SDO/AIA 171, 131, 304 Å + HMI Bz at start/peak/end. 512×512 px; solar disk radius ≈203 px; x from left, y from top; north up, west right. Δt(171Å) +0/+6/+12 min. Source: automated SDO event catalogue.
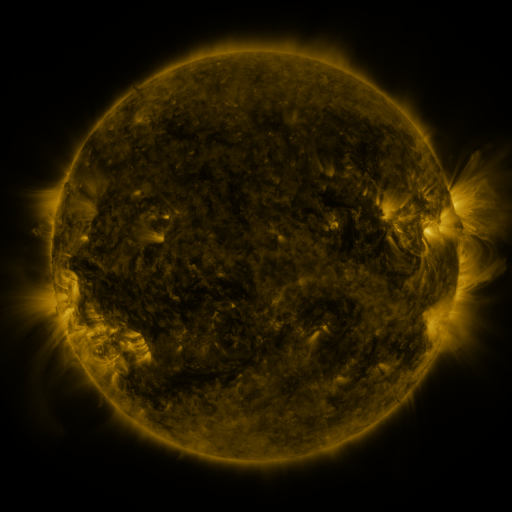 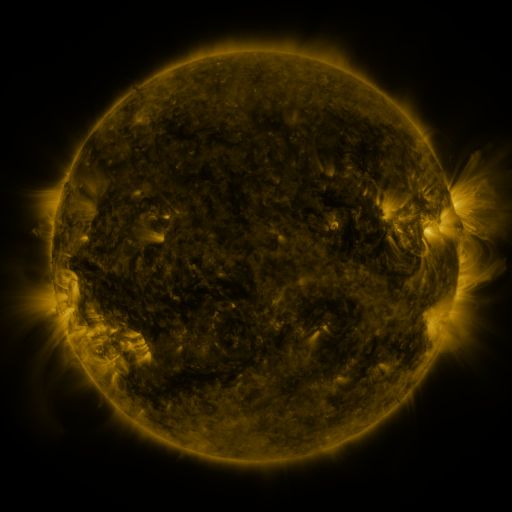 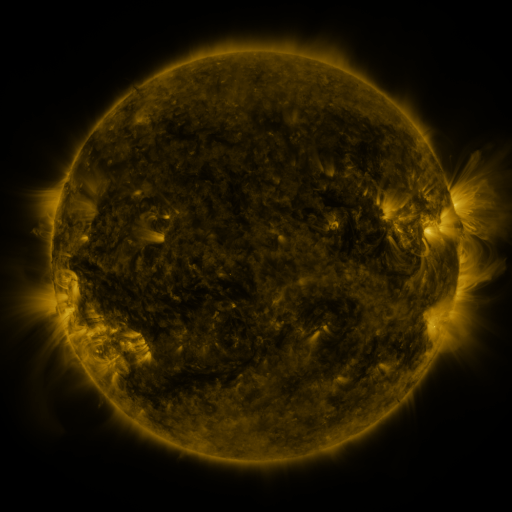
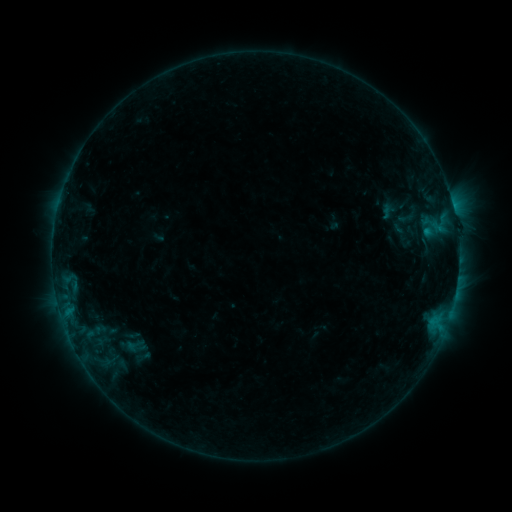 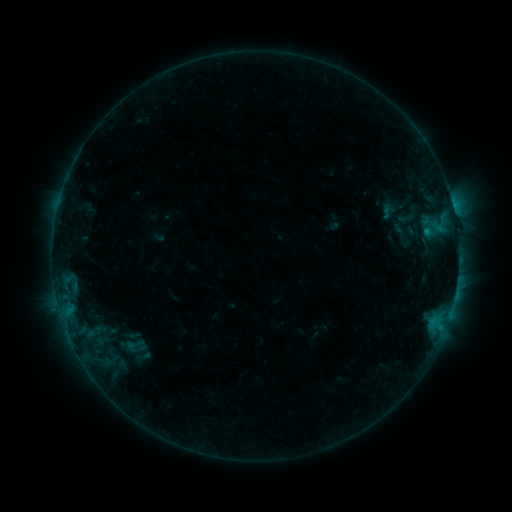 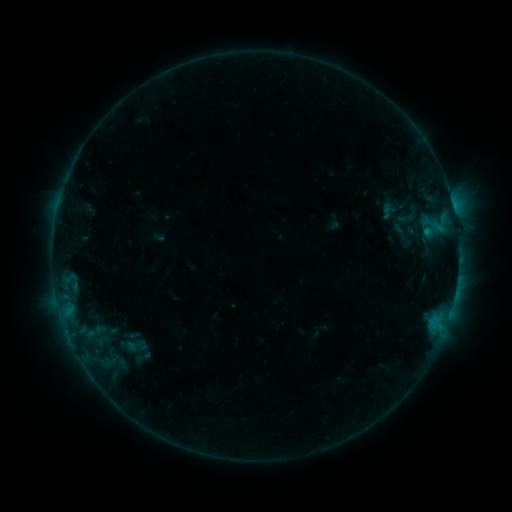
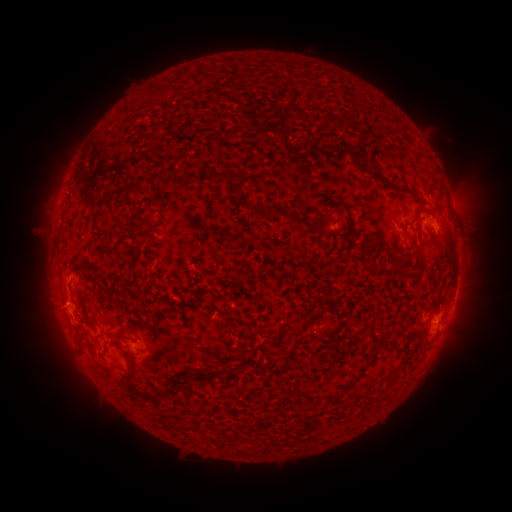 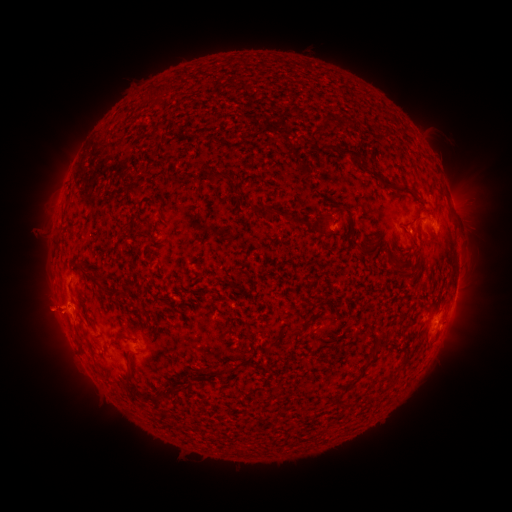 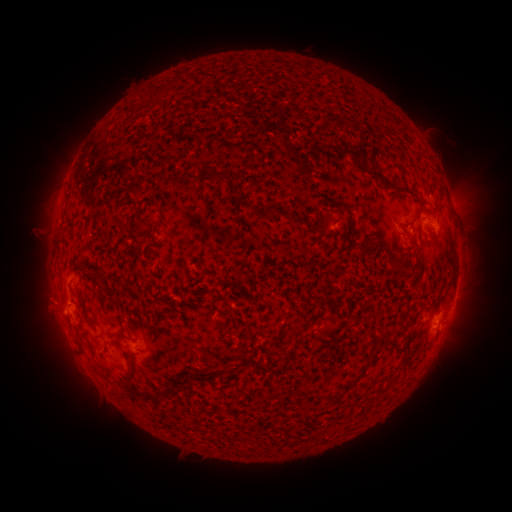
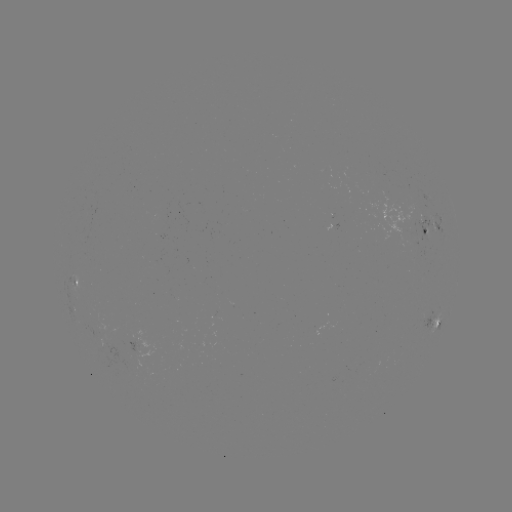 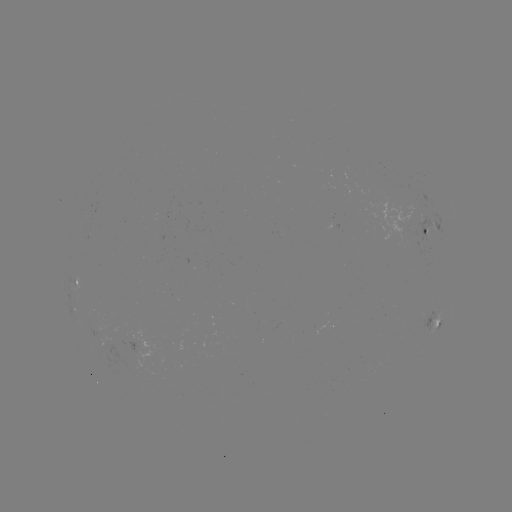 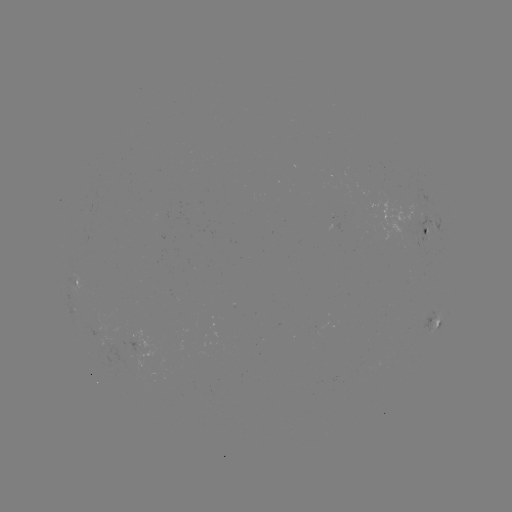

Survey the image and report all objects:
eruption: (51, 307)
